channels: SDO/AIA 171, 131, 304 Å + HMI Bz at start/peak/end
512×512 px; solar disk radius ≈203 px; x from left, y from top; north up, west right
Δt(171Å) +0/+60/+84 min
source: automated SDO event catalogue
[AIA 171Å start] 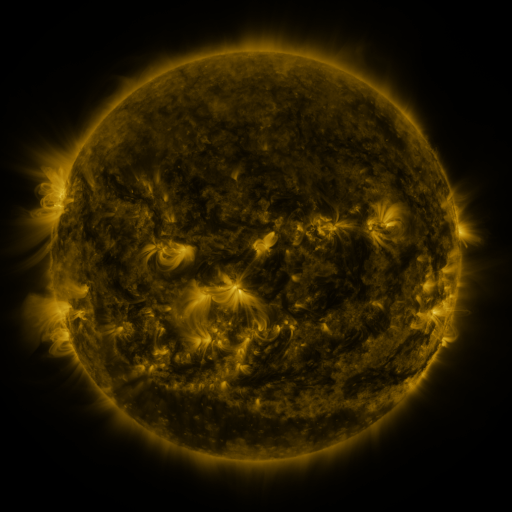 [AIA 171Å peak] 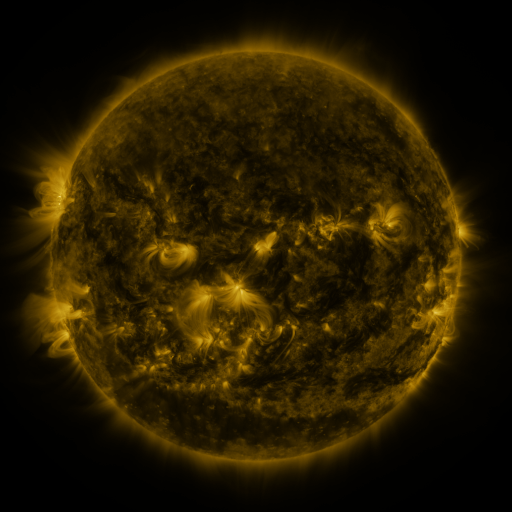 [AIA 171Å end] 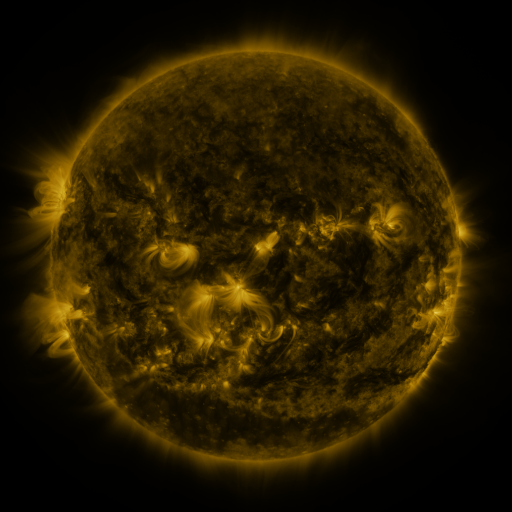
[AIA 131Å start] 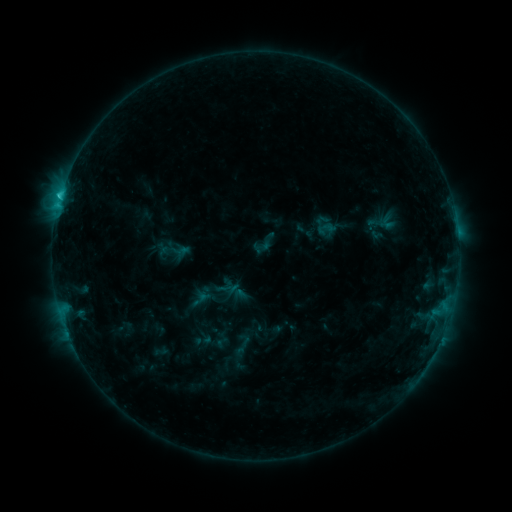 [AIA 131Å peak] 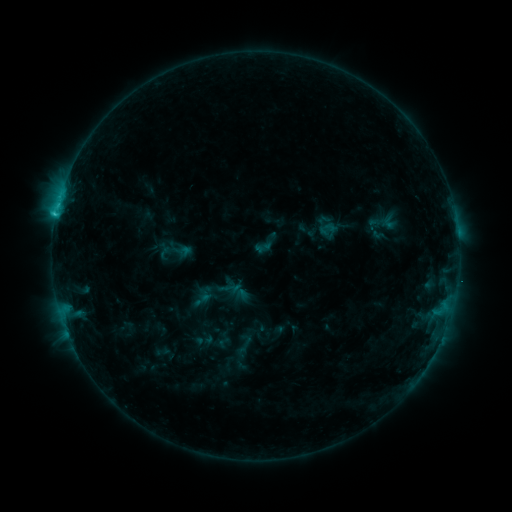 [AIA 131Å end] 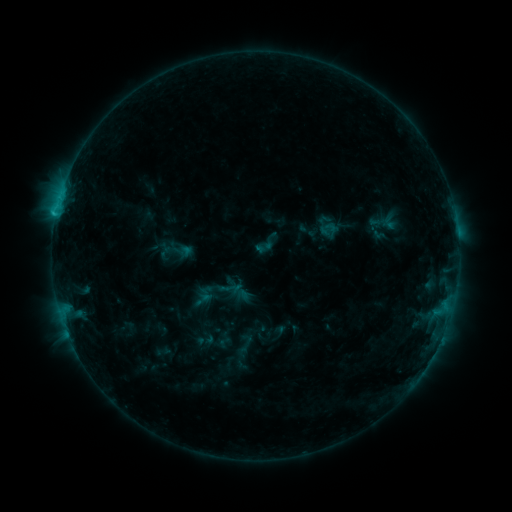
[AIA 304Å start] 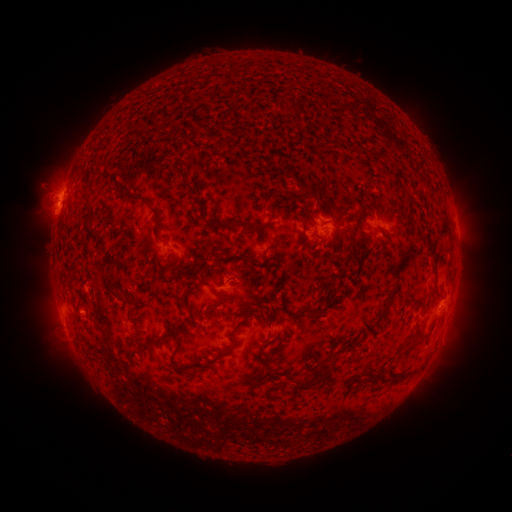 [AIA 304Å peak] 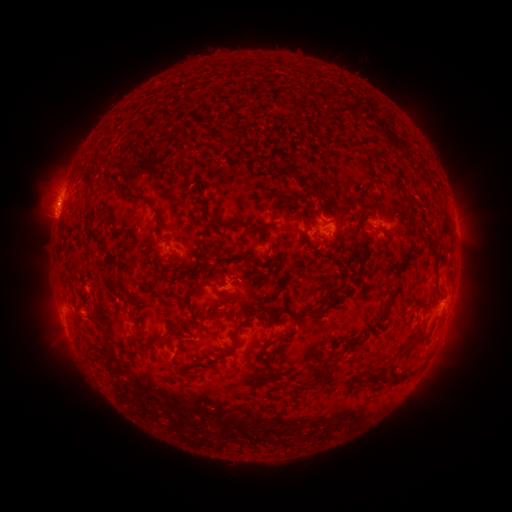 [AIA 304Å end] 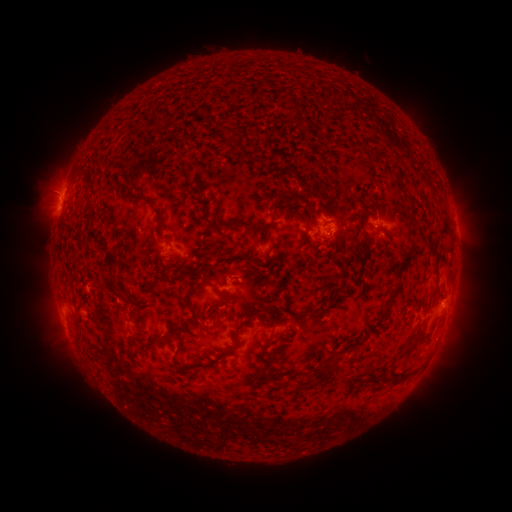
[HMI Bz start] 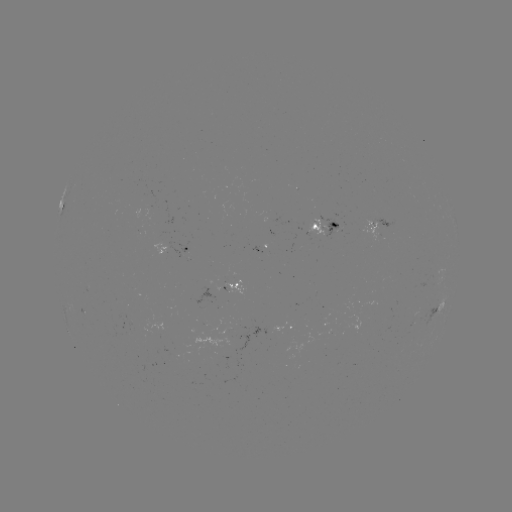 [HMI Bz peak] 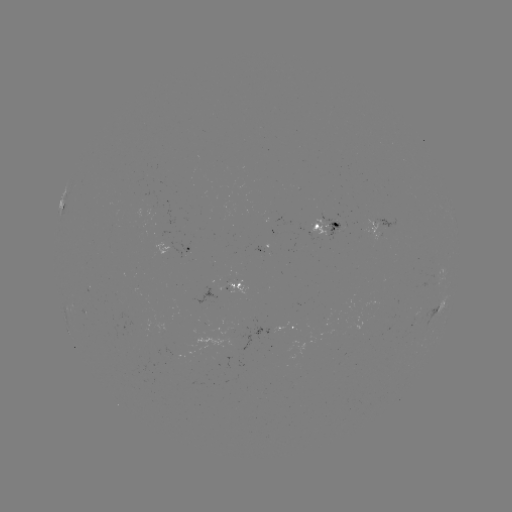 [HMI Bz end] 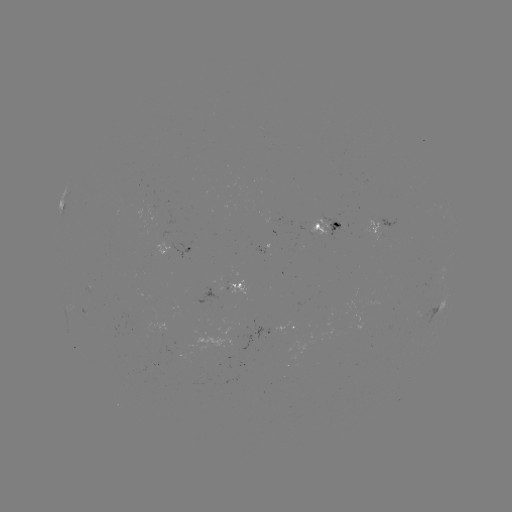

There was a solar emerging-flux region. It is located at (162, 329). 